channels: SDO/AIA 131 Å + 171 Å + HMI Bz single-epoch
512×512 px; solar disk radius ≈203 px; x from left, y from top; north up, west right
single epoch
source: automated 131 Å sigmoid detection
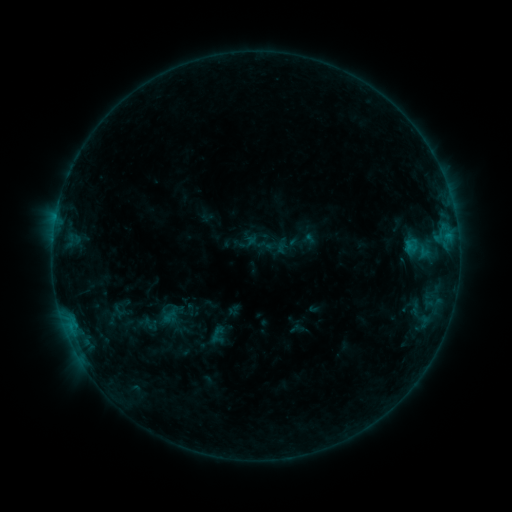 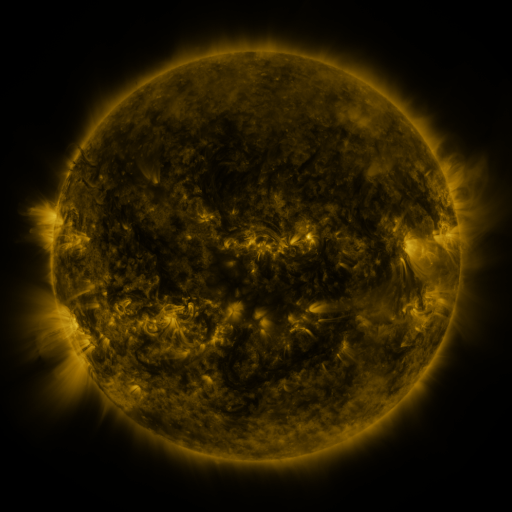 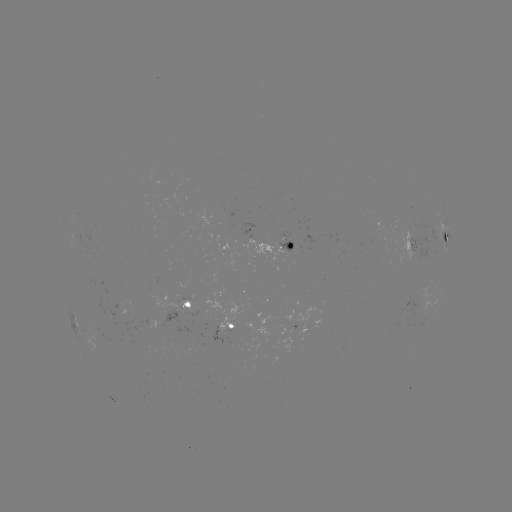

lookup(sigmoid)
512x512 (420, 249)